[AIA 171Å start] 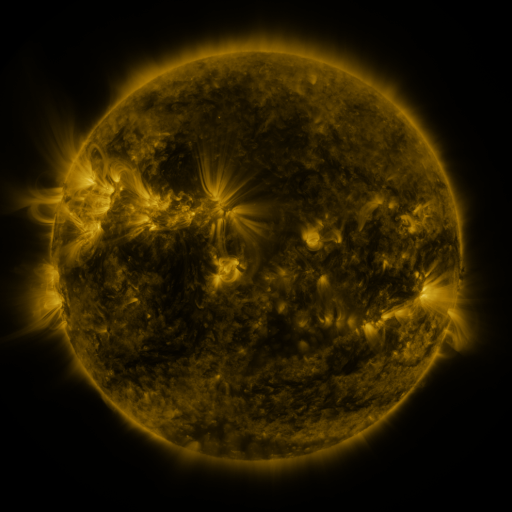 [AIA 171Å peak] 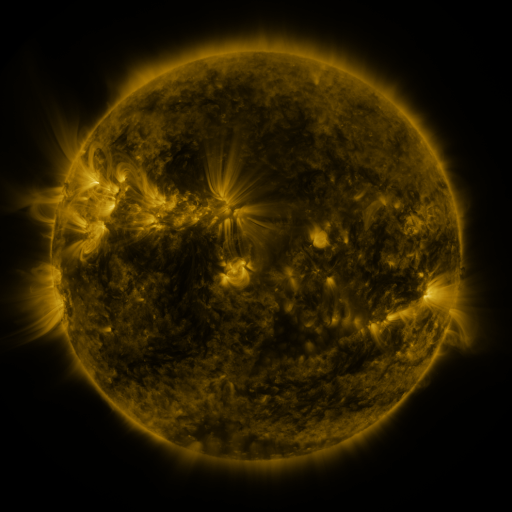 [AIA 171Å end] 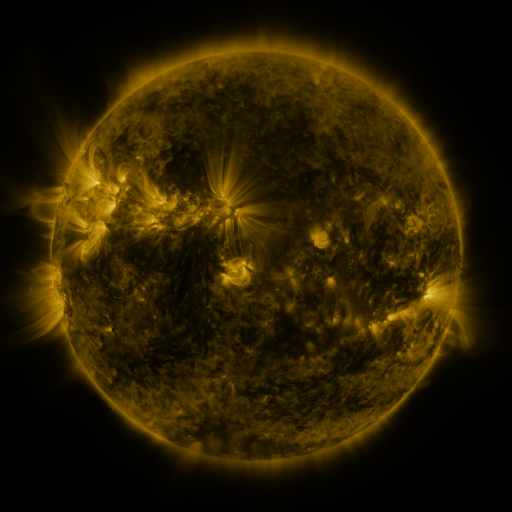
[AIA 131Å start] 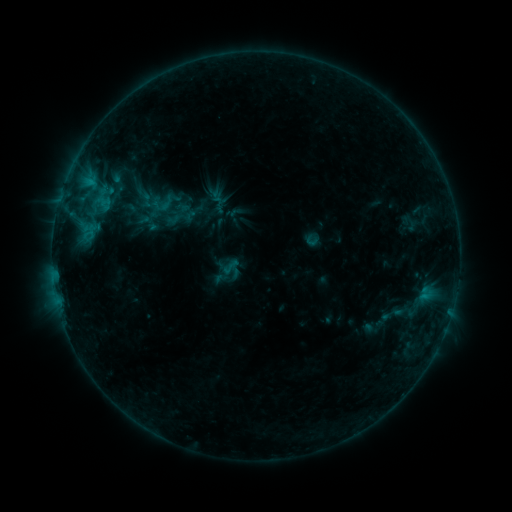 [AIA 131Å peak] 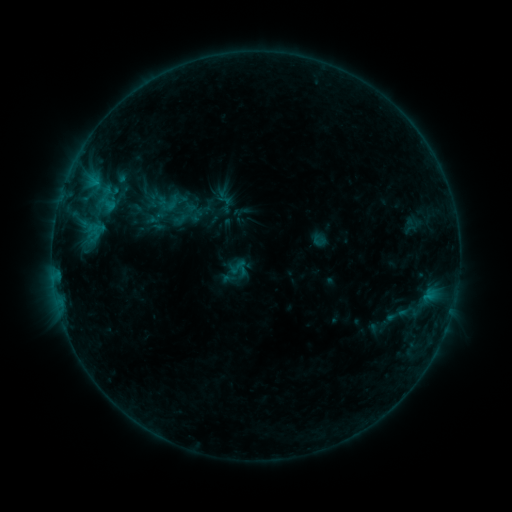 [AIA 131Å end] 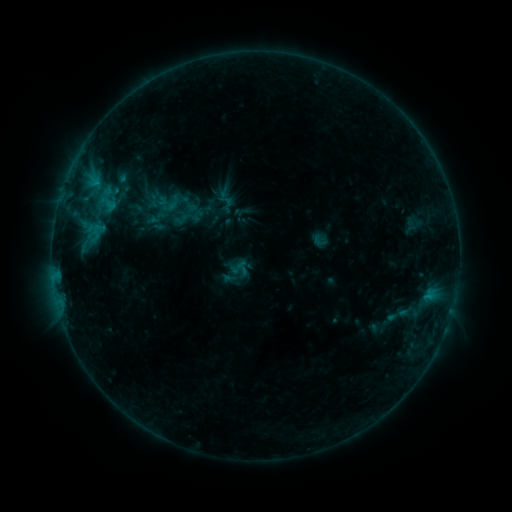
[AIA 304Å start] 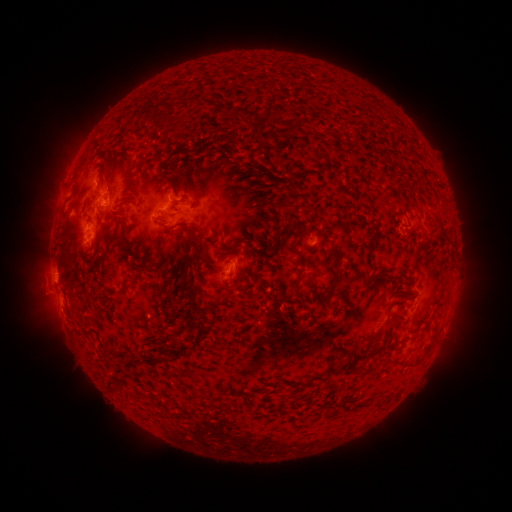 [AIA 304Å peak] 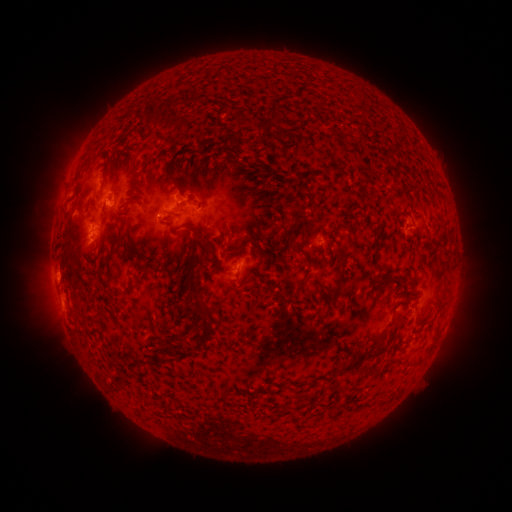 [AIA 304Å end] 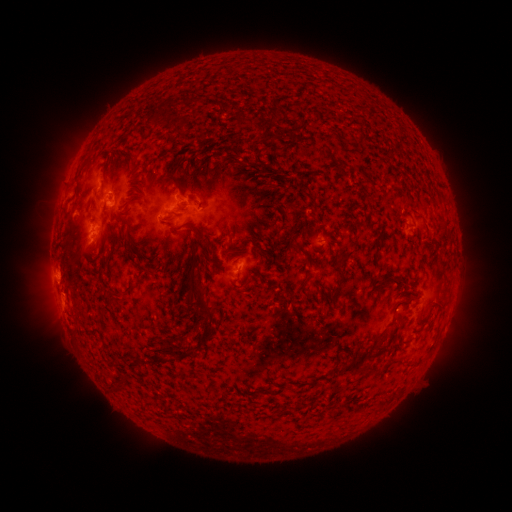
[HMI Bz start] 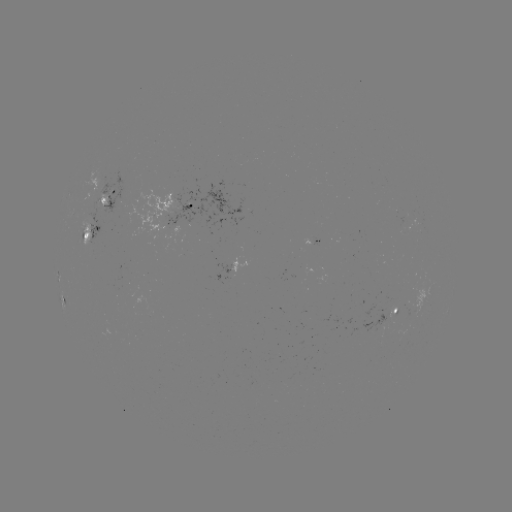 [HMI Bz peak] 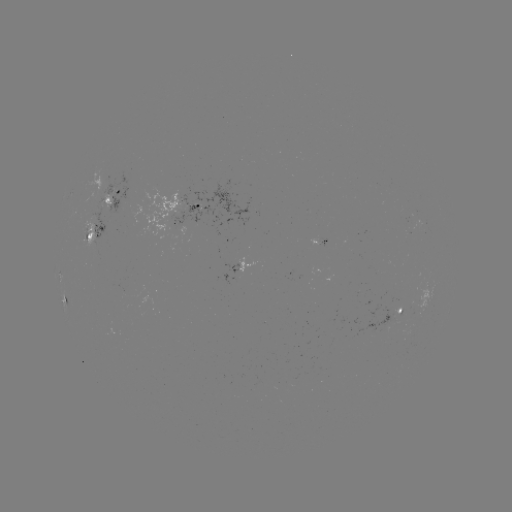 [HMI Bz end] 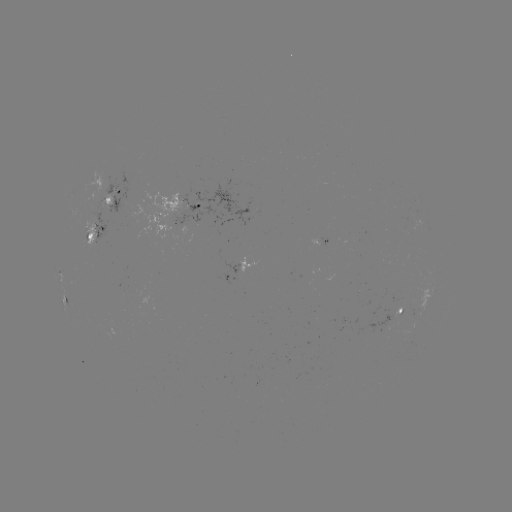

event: emerging-flux region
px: (99, 192)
